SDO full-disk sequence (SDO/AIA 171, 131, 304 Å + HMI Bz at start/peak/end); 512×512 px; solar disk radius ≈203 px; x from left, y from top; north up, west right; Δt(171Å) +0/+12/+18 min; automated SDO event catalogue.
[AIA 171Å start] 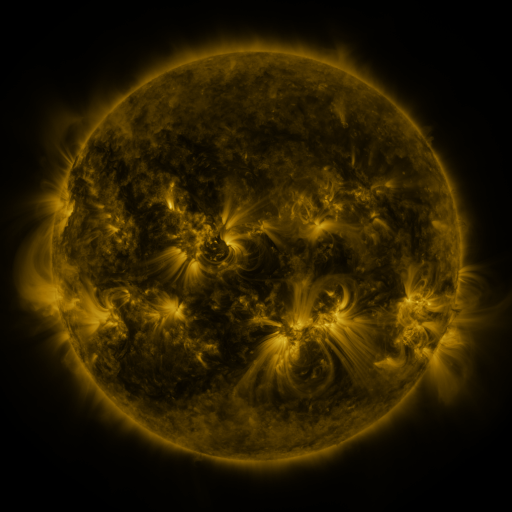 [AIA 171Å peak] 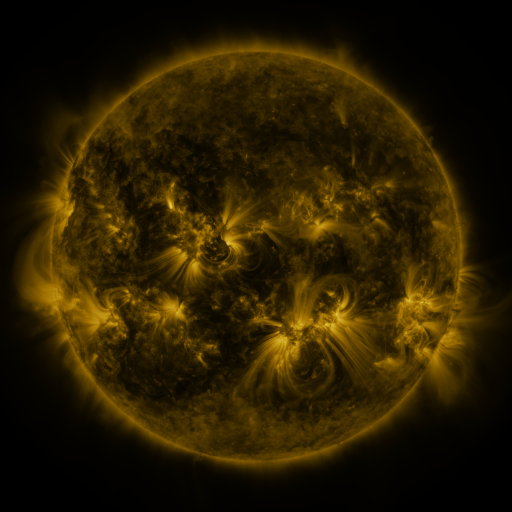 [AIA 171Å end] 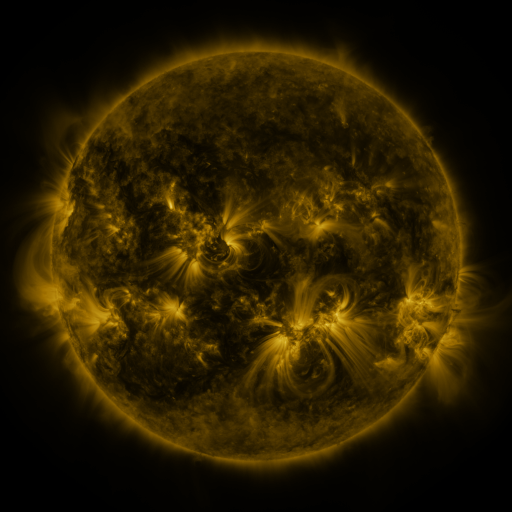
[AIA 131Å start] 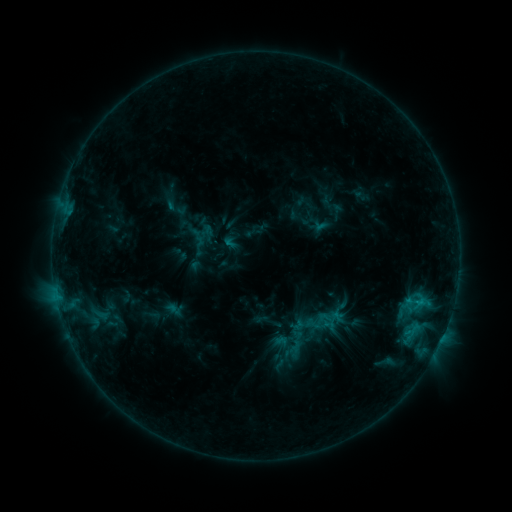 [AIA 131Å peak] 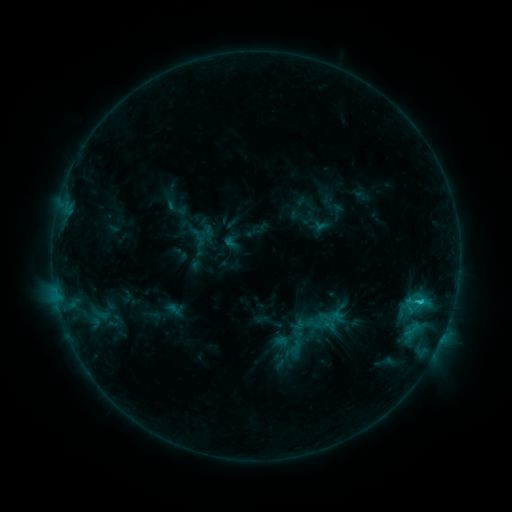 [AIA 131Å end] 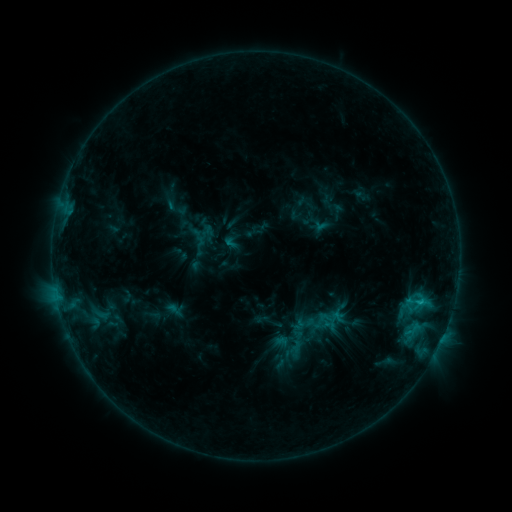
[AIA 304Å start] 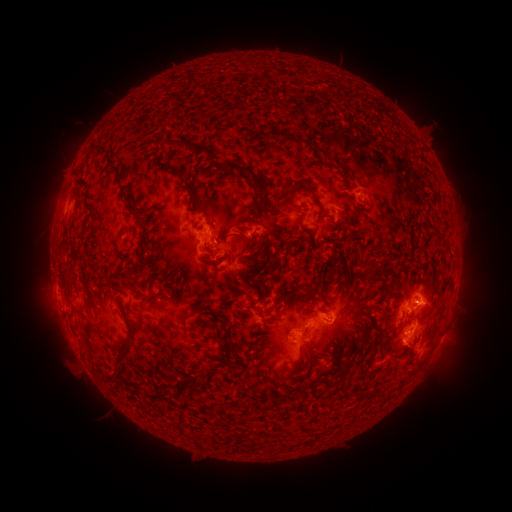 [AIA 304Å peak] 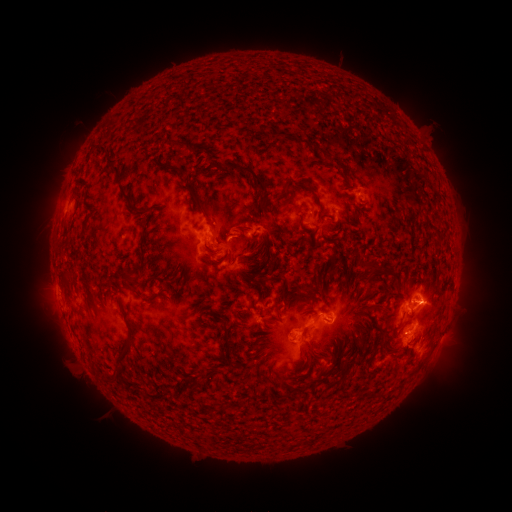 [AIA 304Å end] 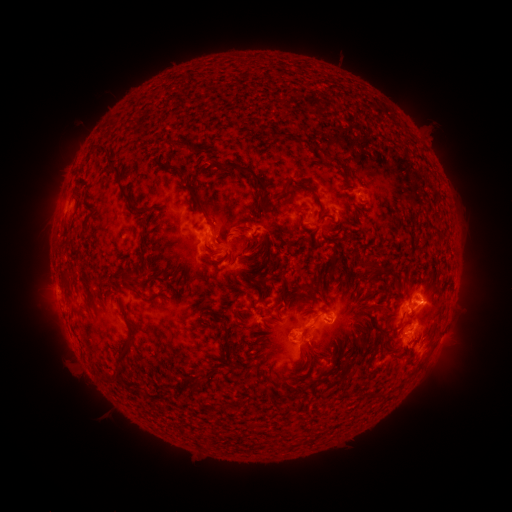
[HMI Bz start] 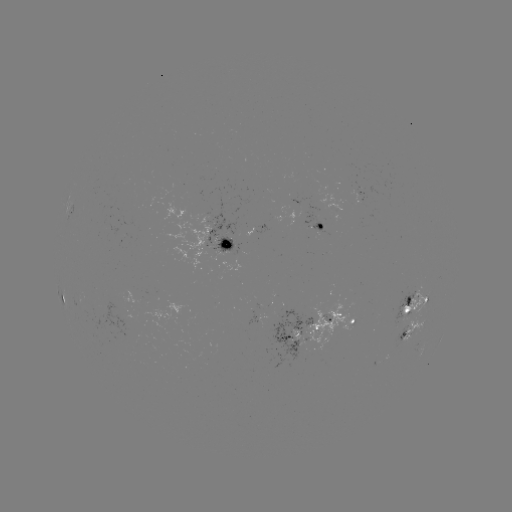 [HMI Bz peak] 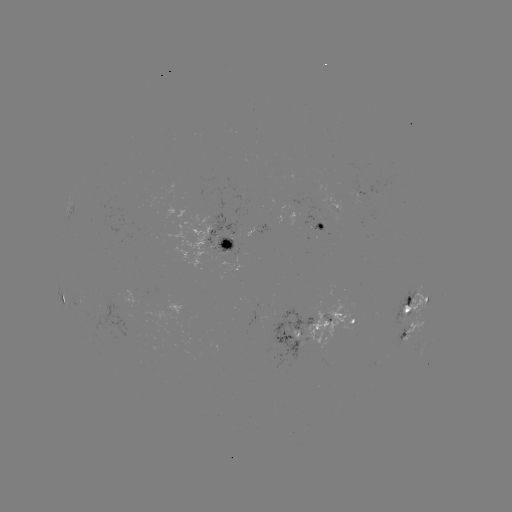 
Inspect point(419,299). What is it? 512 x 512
C1.6 flare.